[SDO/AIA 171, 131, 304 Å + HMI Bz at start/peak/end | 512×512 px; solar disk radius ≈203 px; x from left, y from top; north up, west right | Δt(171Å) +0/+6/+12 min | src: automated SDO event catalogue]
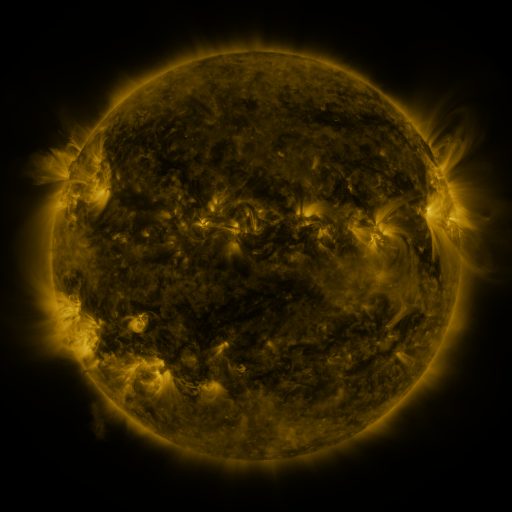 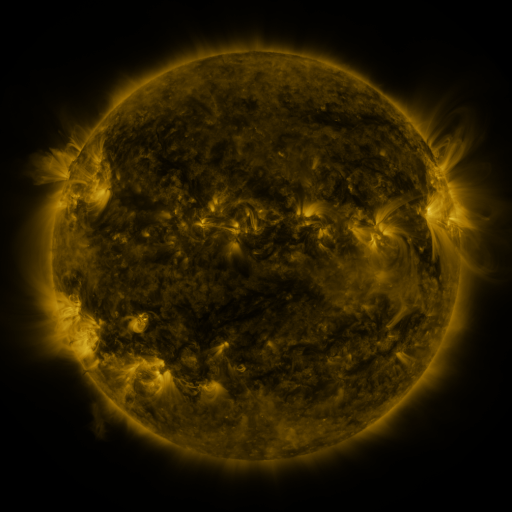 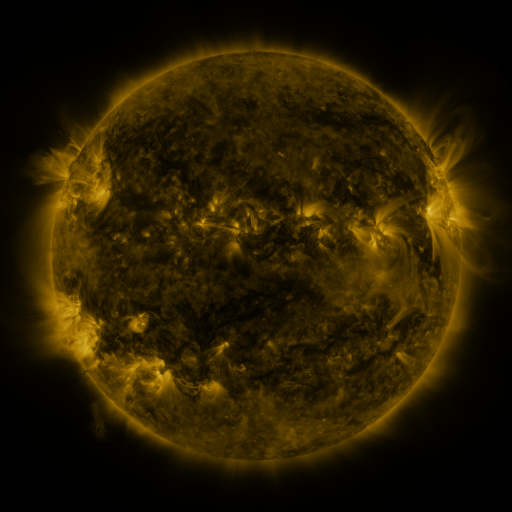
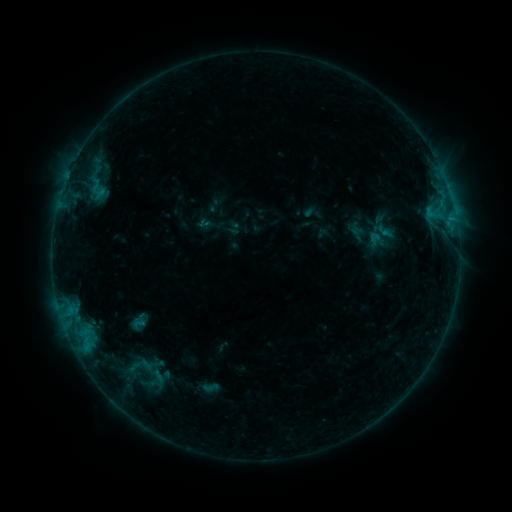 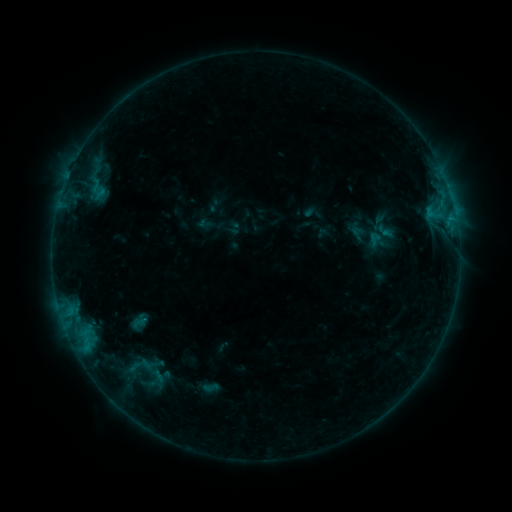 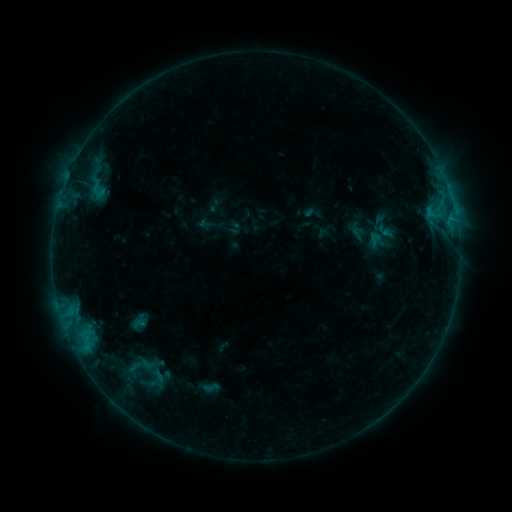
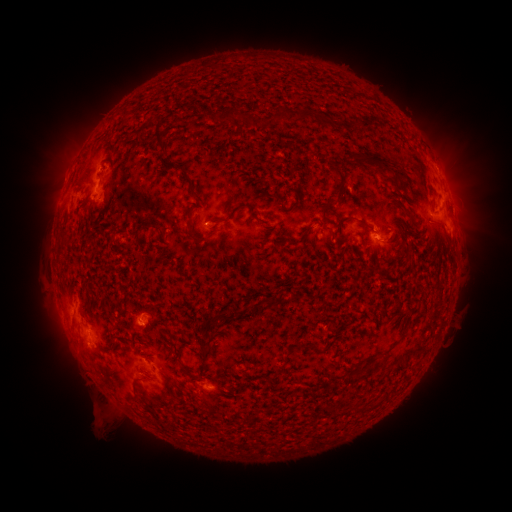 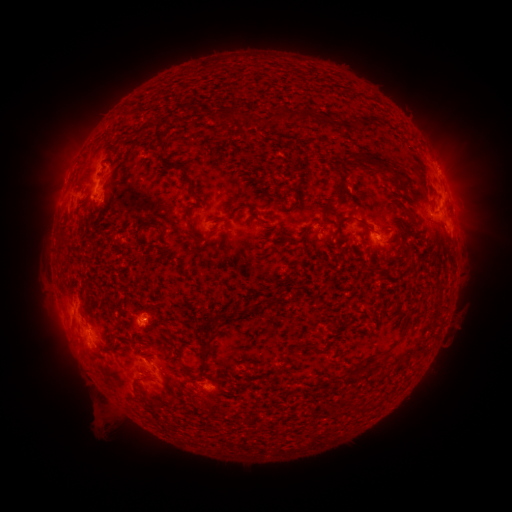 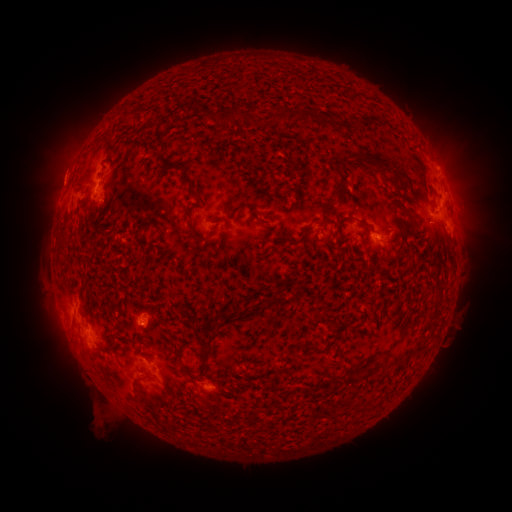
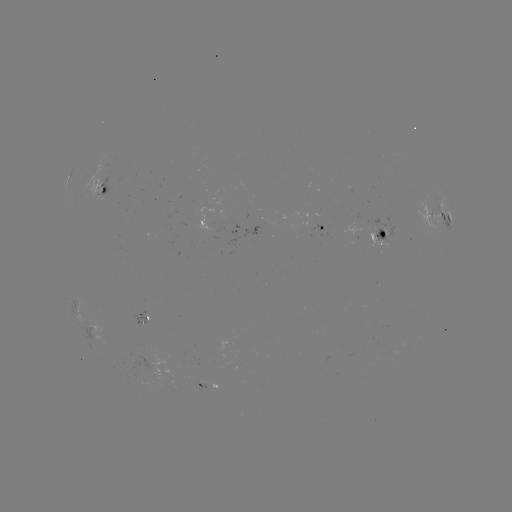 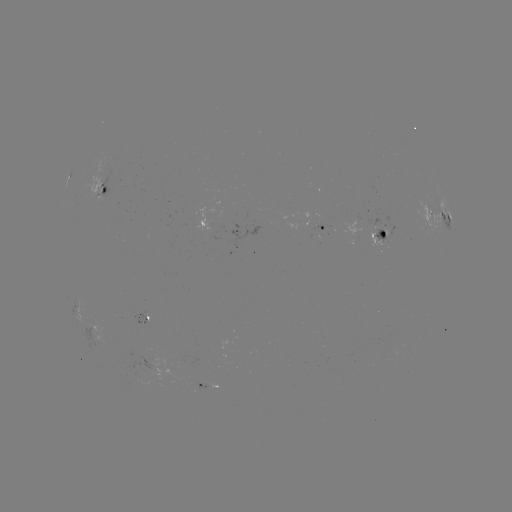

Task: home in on eruption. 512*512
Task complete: [442, 160].